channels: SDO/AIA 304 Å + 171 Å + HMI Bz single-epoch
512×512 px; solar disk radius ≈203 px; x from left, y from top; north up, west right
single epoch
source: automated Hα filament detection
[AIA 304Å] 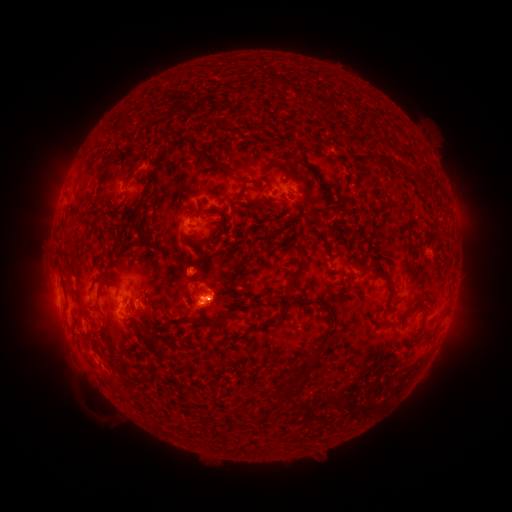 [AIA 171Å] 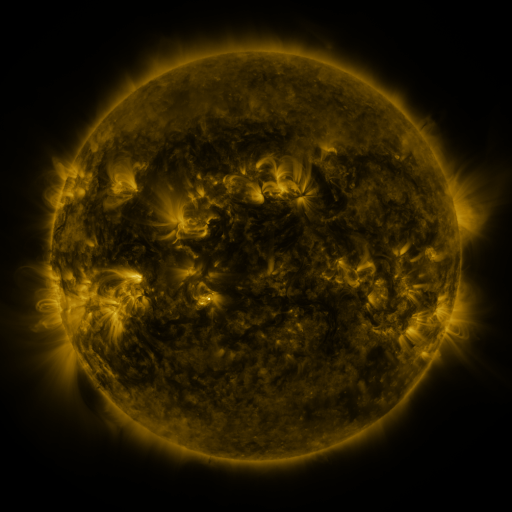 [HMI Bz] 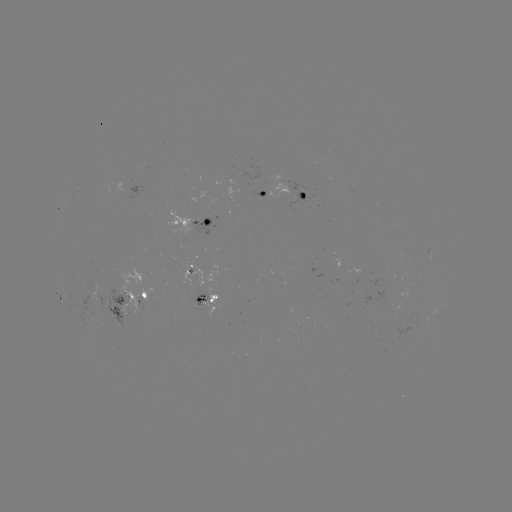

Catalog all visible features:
filament: (276, 82)
filament: (261, 140)
filament: (180, 142)
filament: (381, 157)
filament: (209, 161)
filament: (279, 167)
filament: (402, 167)
filament: (164, 169)
filament: (308, 173)
filament: (266, 183)
filament: (421, 183)
filament: (307, 193)
filament: (309, 202)
filament: (196, 212)
filament: (218, 212)
filament: (144, 217)
filament: (138, 232)
filament: (344, 243)
filament: (202, 245)
filament: (132, 261)
filament: (294, 276)
filament: (102, 289)
filament: (425, 292)
filament: (118, 295)
filament: (152, 307)
filament: (327, 310)
filament: (389, 321)
filament: (210, 322)
filament: (145, 323)
filament: (140, 332)
filament: (246, 337)
filament: (312, 356)
filament: (201, 387)
filament: (293, 389)
